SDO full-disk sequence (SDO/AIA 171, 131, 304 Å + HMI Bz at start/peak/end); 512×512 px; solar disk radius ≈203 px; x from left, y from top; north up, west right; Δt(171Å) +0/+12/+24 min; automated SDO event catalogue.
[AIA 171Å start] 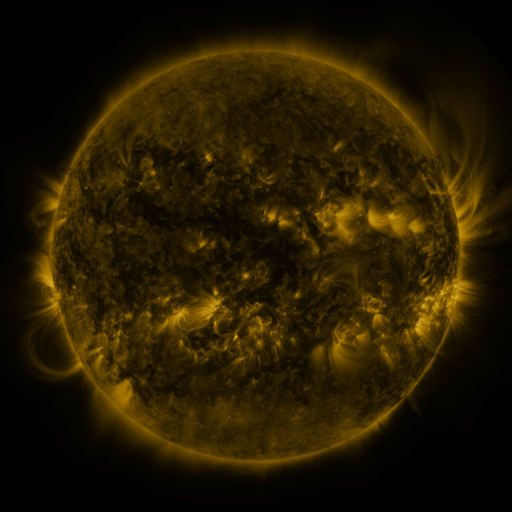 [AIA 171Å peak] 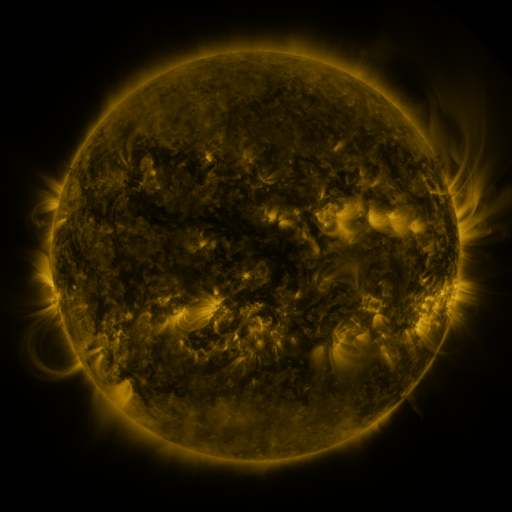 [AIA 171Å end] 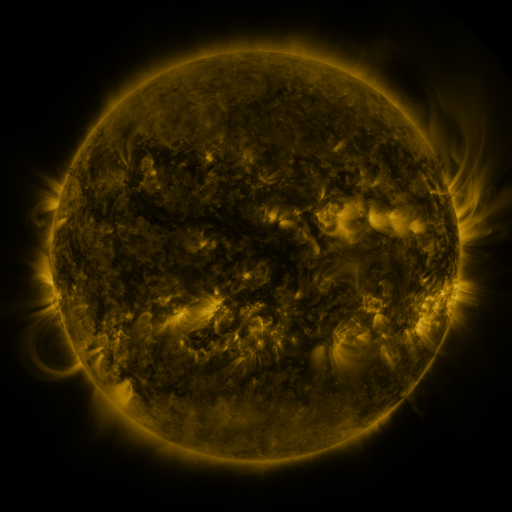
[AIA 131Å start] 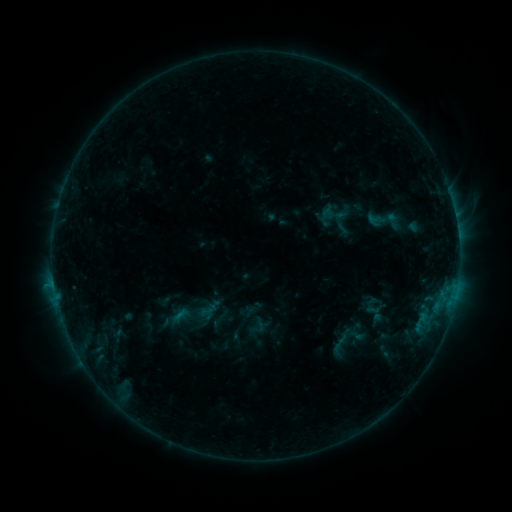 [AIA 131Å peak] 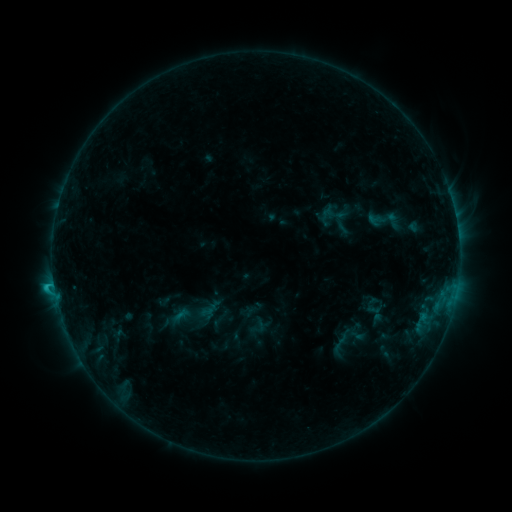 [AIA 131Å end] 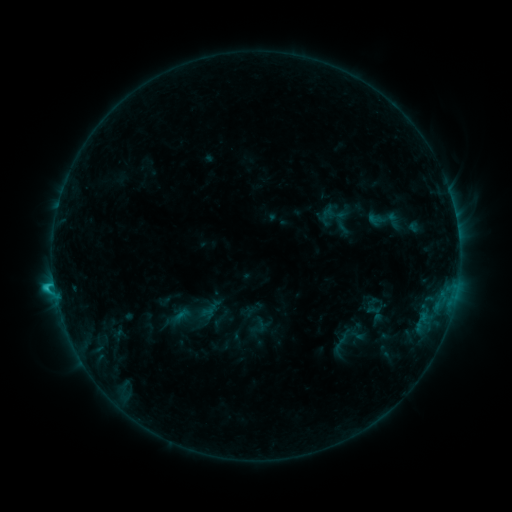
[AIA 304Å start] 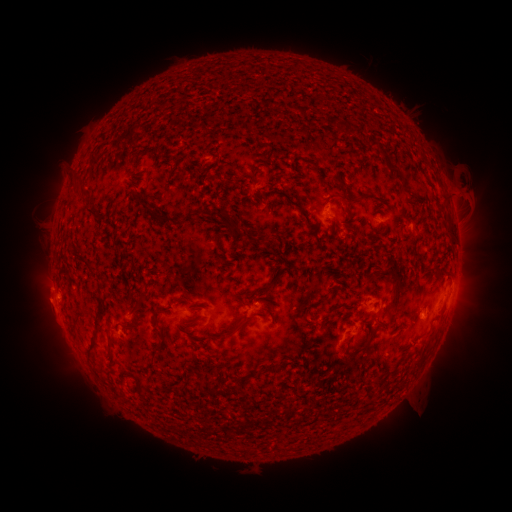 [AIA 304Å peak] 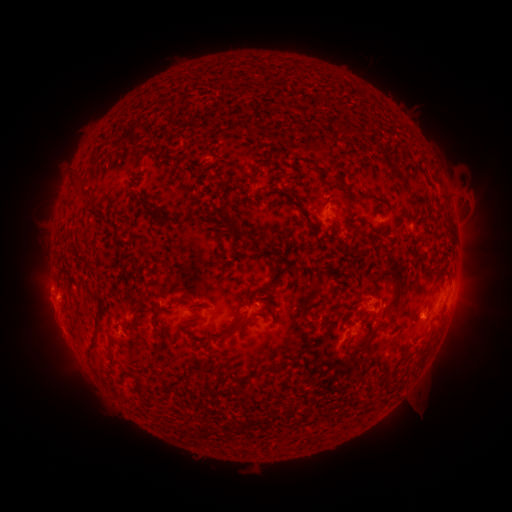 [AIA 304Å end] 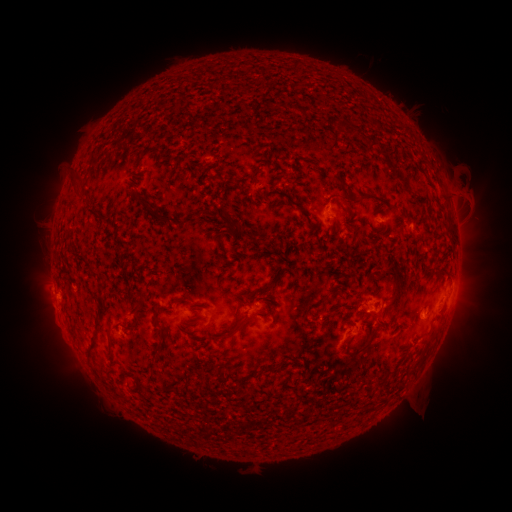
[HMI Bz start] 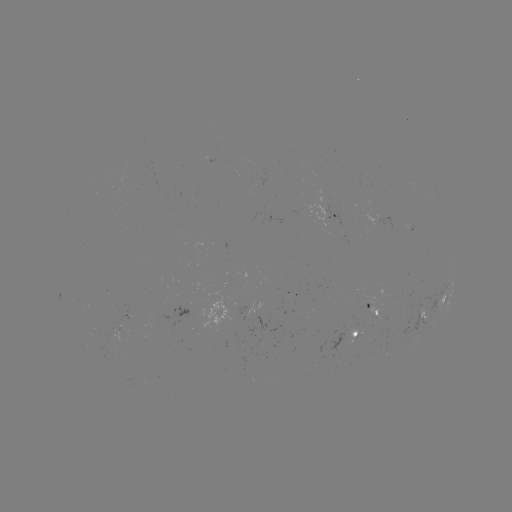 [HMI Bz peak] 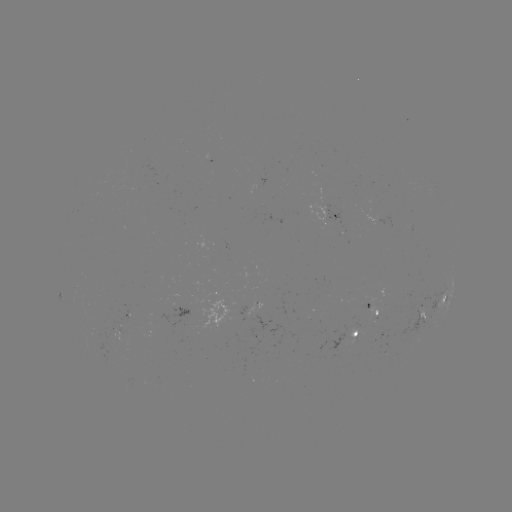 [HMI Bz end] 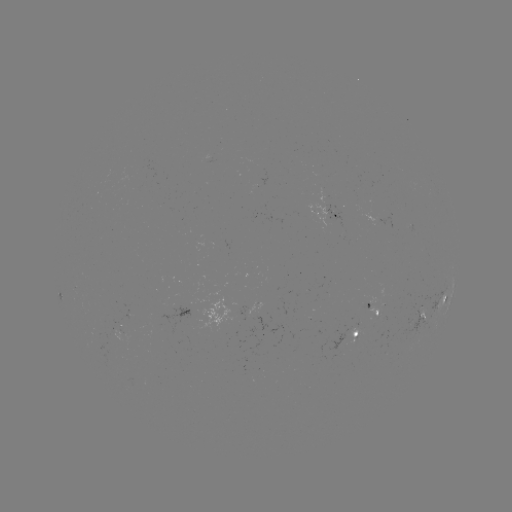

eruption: (25, 286, 72, 337)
